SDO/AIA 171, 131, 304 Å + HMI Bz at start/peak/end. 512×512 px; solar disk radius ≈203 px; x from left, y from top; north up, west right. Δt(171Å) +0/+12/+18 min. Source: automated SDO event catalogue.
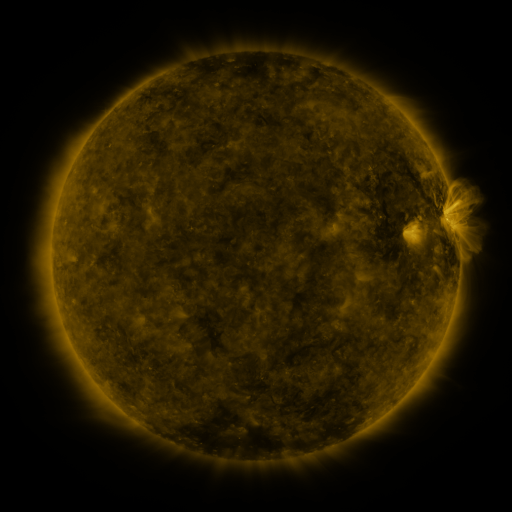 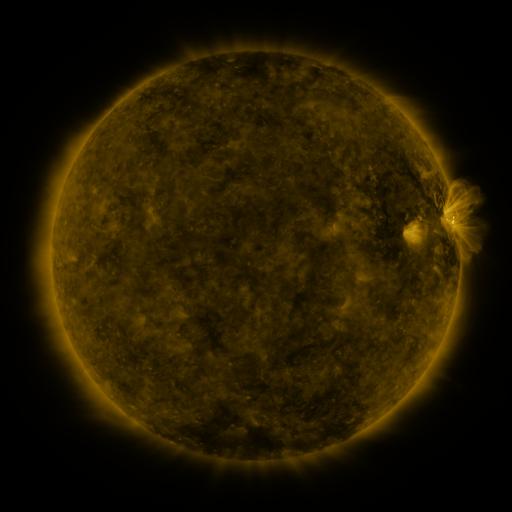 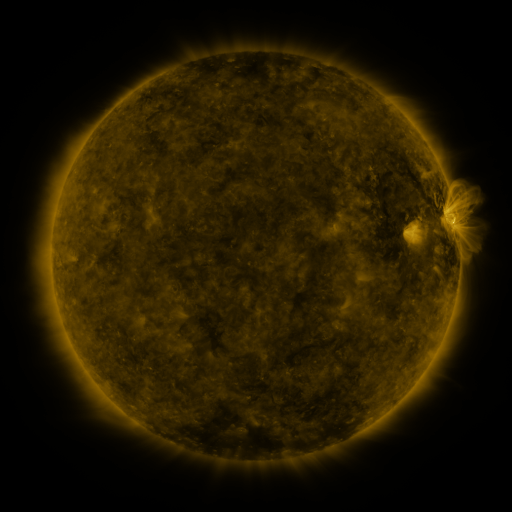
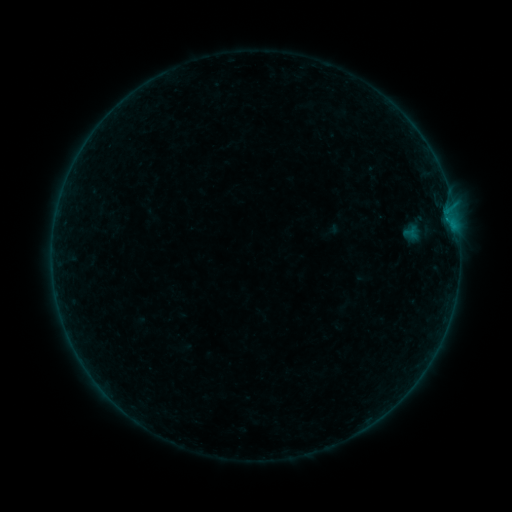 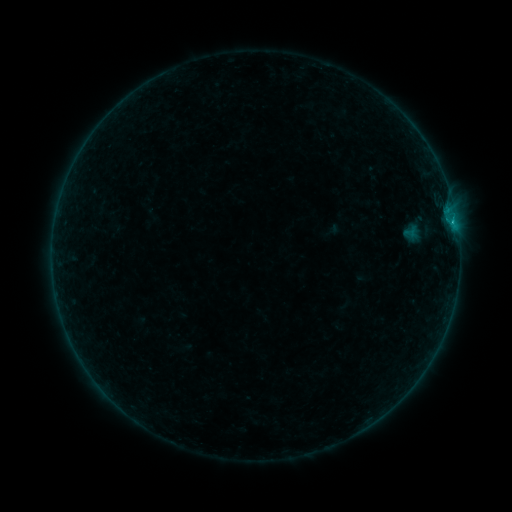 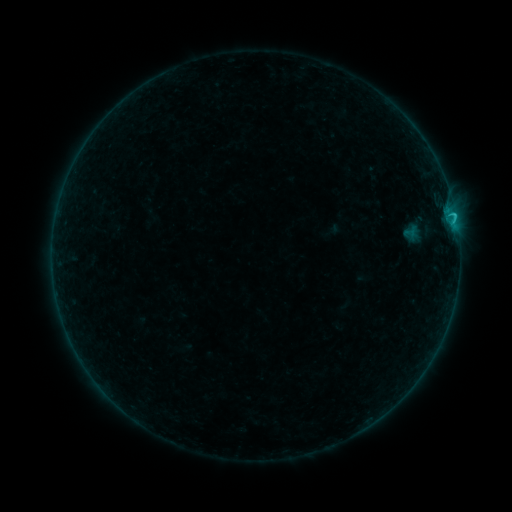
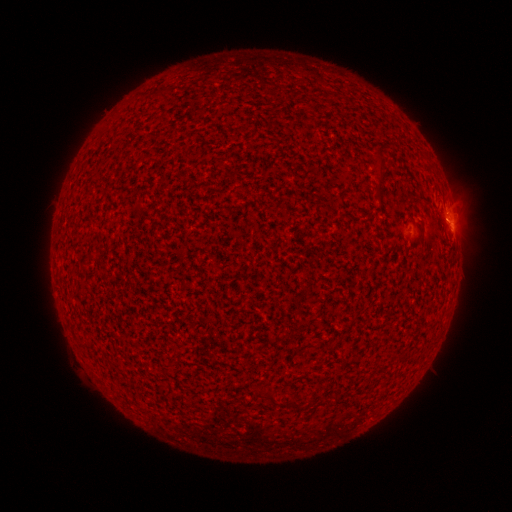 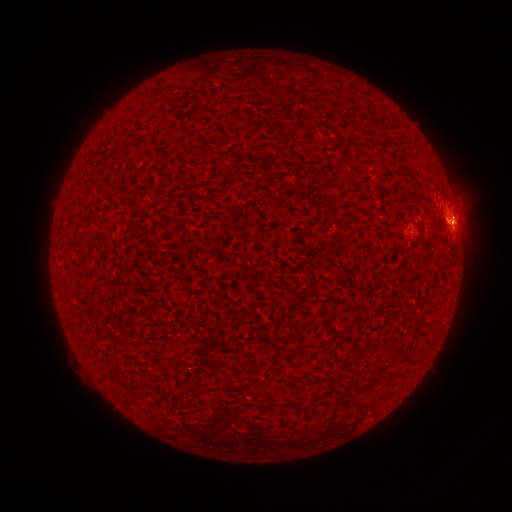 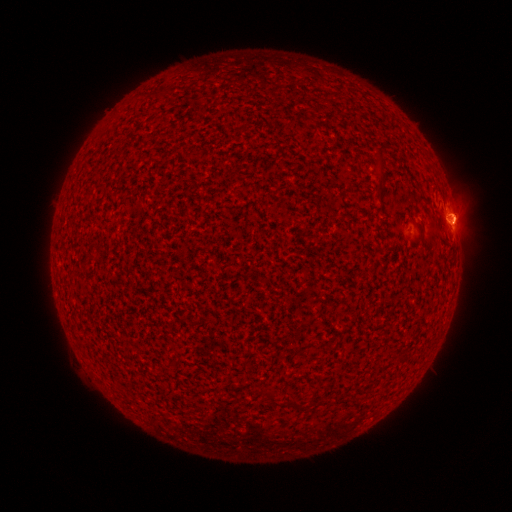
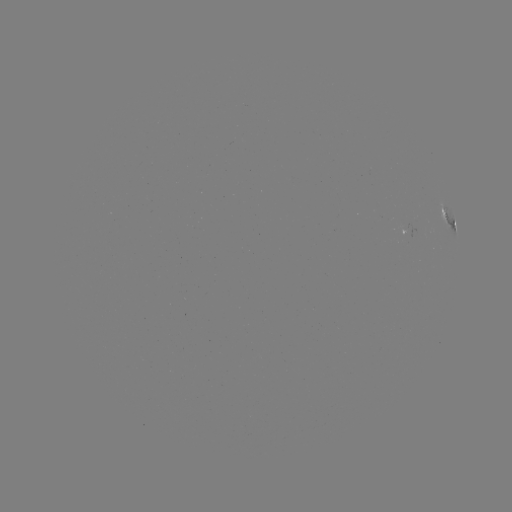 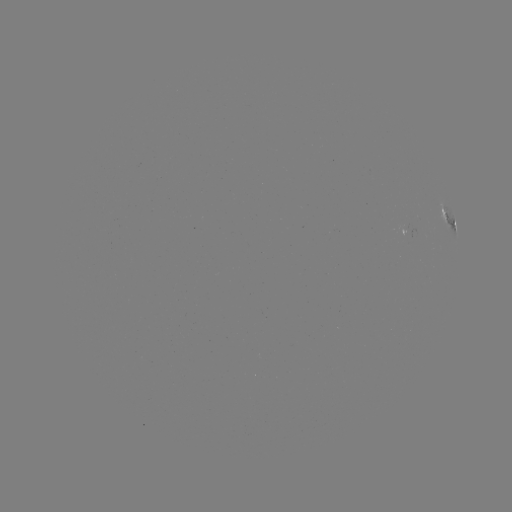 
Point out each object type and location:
B8.9 flare: (452, 222)
